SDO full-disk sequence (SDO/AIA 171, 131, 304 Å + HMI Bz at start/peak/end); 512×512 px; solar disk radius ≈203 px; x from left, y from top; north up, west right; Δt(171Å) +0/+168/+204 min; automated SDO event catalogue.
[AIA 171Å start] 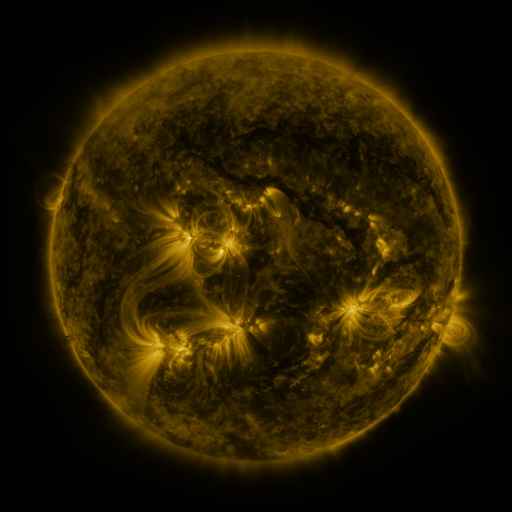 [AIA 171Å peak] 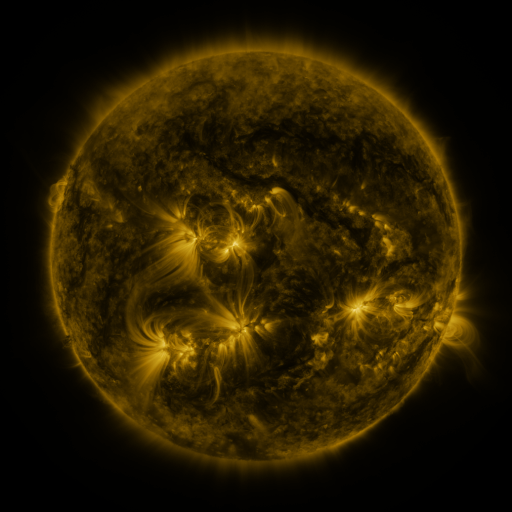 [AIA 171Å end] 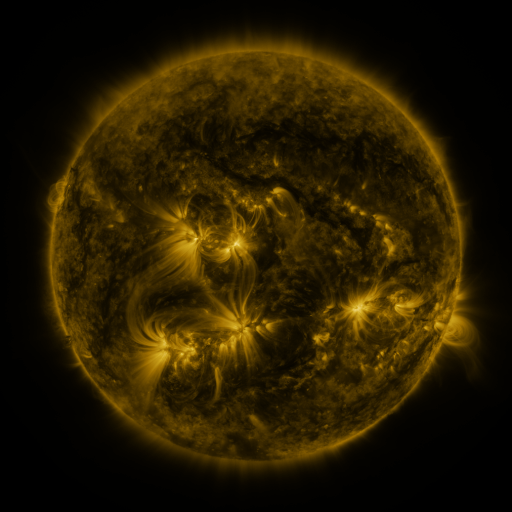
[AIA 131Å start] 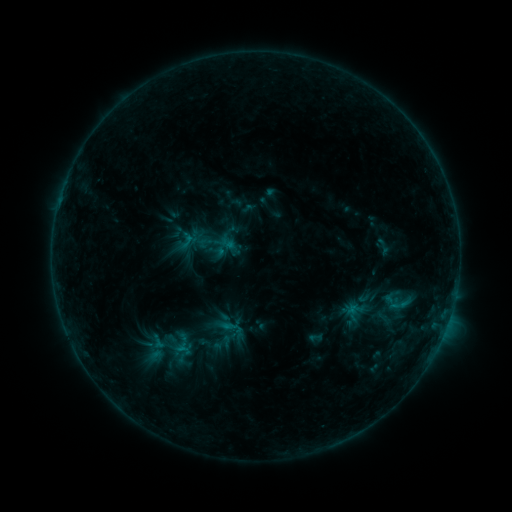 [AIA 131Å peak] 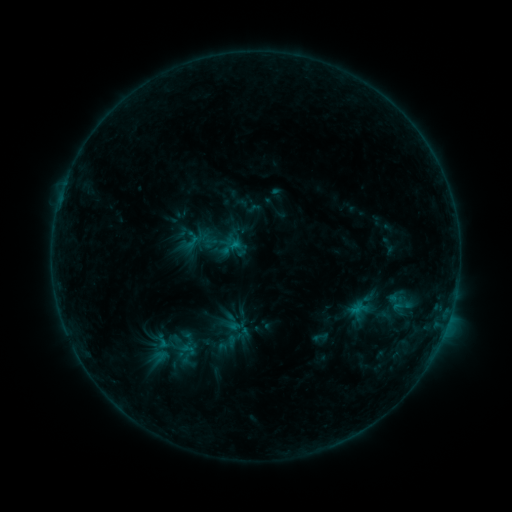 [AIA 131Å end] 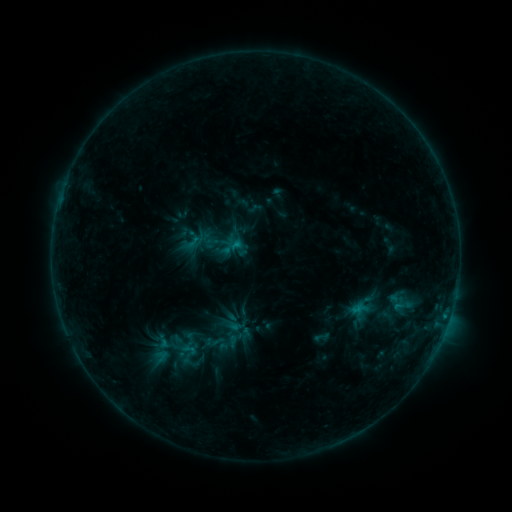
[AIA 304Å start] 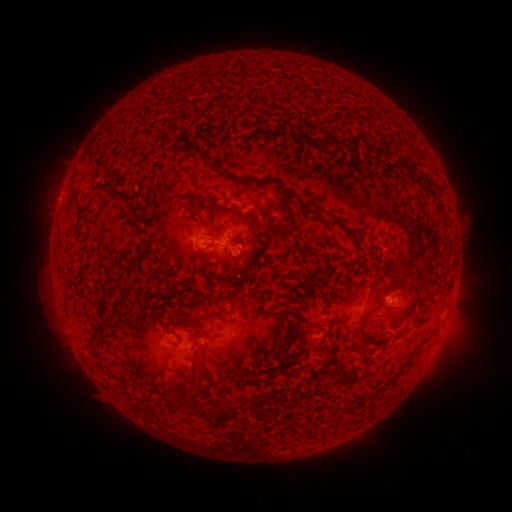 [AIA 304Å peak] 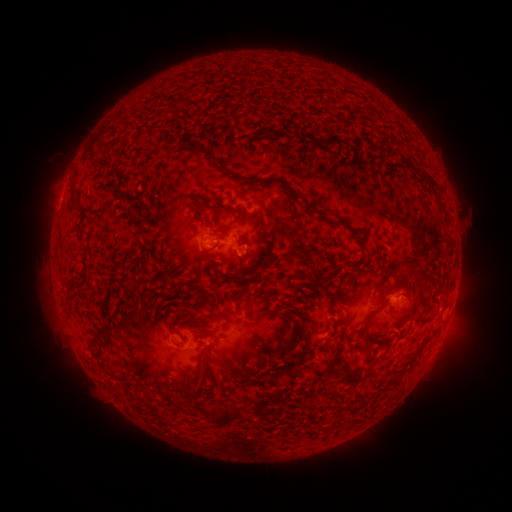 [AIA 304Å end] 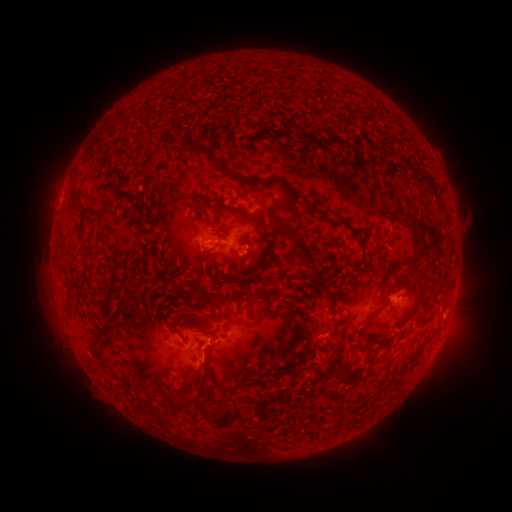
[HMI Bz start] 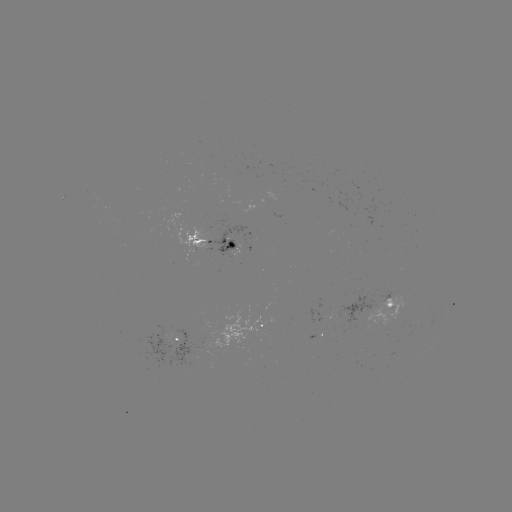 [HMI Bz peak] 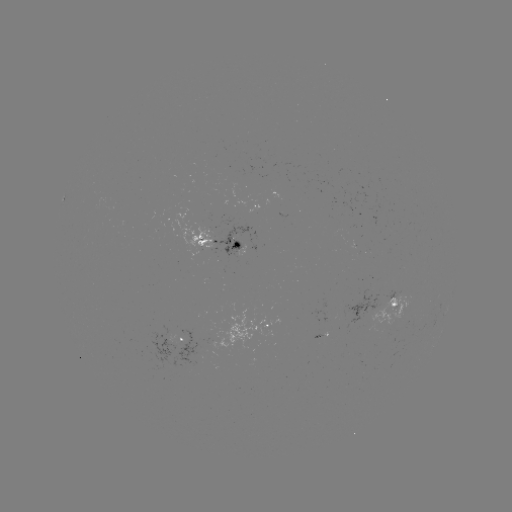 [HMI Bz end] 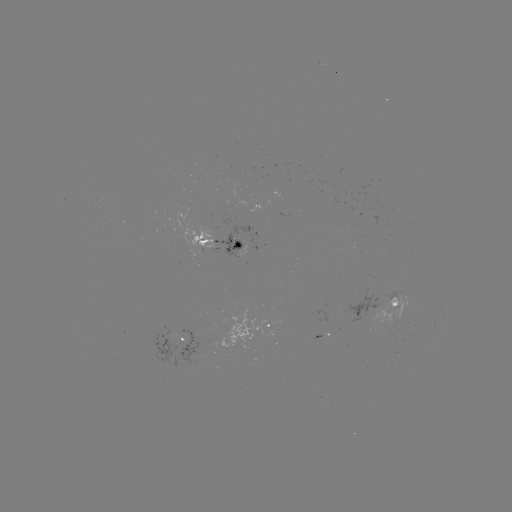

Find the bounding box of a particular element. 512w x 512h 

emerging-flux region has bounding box [373, 300, 411, 330].